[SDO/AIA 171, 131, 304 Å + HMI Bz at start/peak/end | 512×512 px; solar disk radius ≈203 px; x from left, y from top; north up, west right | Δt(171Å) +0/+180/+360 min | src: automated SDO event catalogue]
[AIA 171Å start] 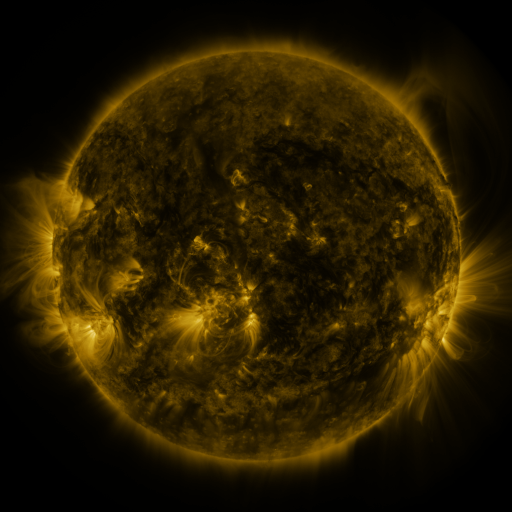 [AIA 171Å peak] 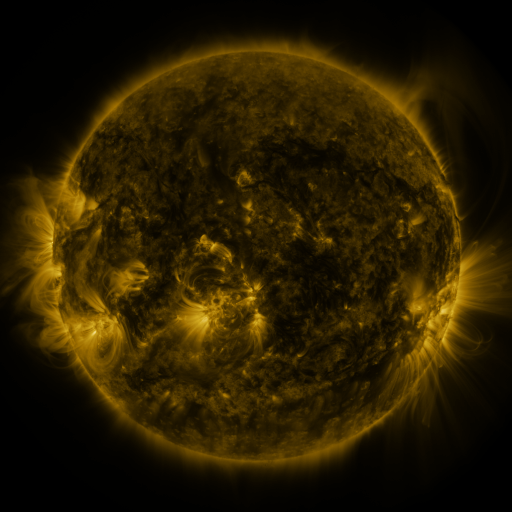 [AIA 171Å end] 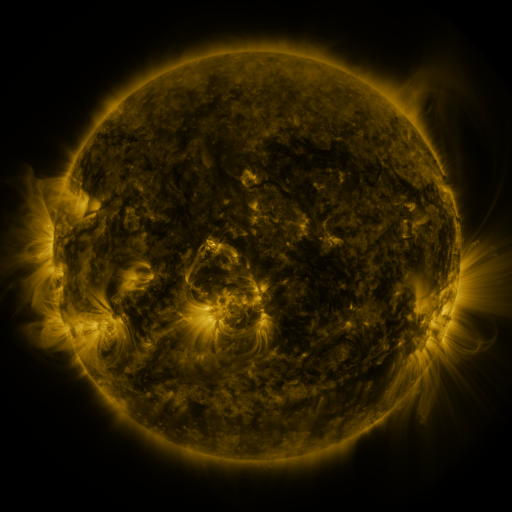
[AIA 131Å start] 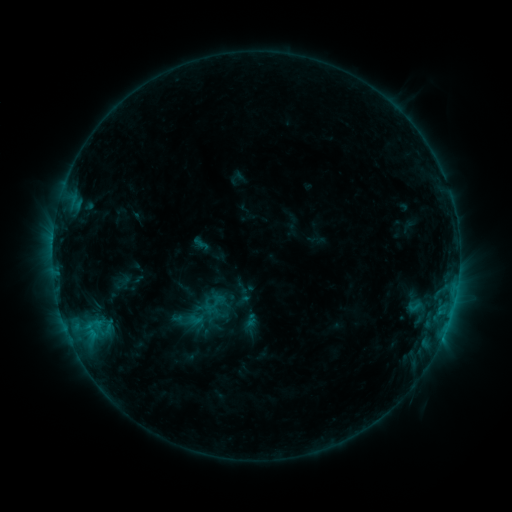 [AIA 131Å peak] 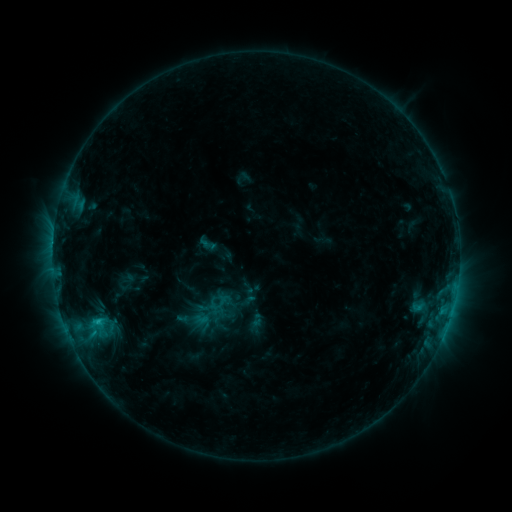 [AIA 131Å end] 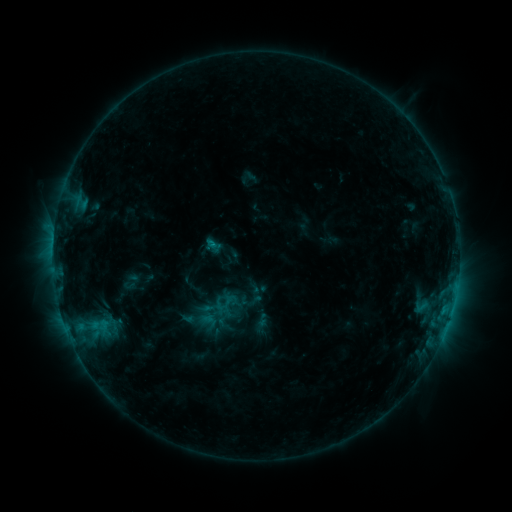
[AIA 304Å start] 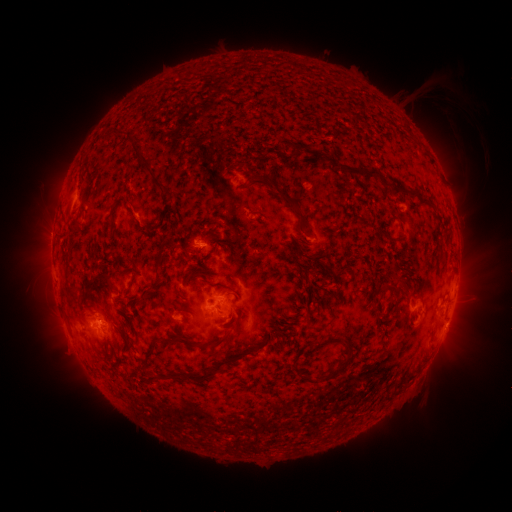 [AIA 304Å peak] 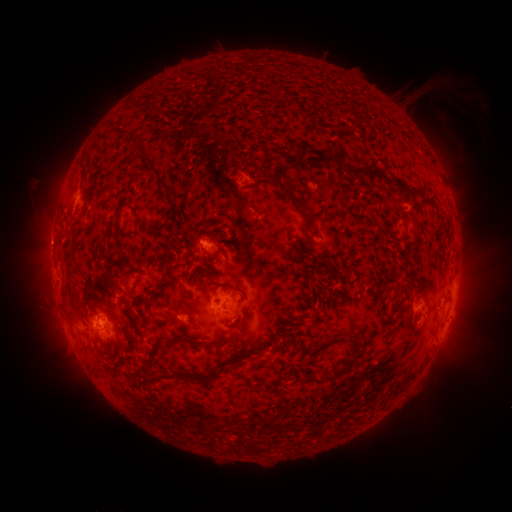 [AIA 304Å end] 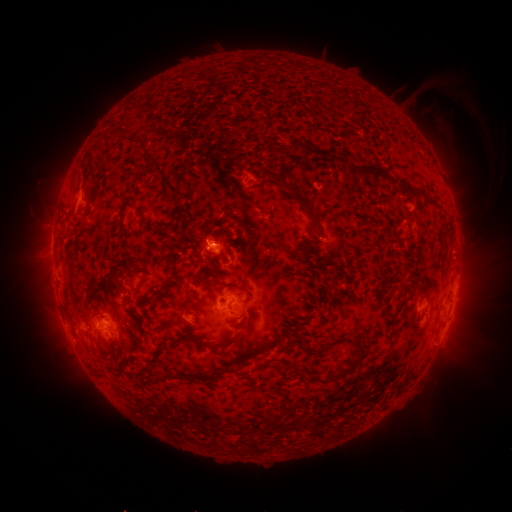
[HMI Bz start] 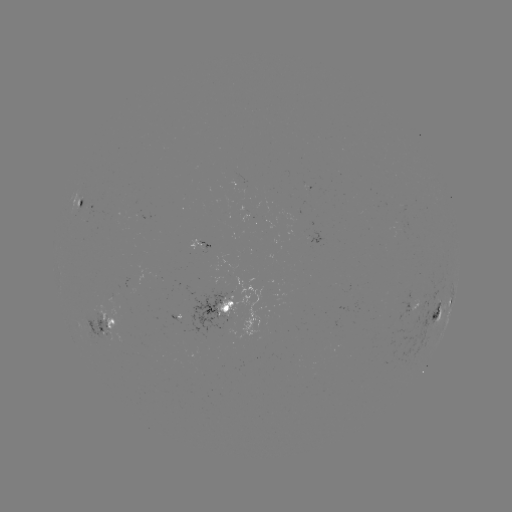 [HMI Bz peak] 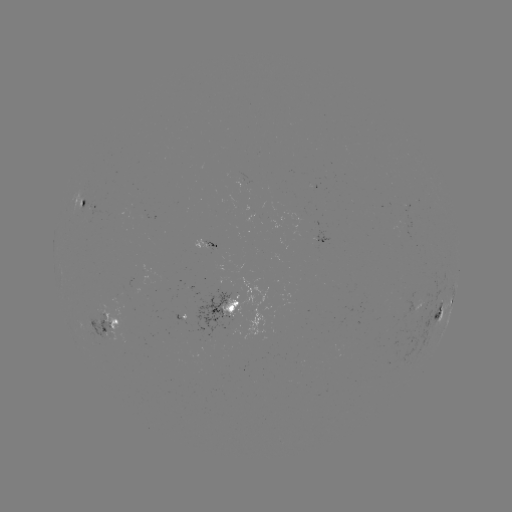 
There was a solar emerging-flux region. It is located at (106, 331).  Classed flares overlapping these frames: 1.